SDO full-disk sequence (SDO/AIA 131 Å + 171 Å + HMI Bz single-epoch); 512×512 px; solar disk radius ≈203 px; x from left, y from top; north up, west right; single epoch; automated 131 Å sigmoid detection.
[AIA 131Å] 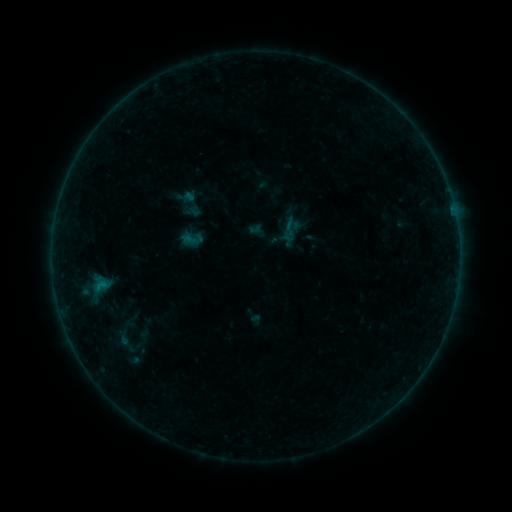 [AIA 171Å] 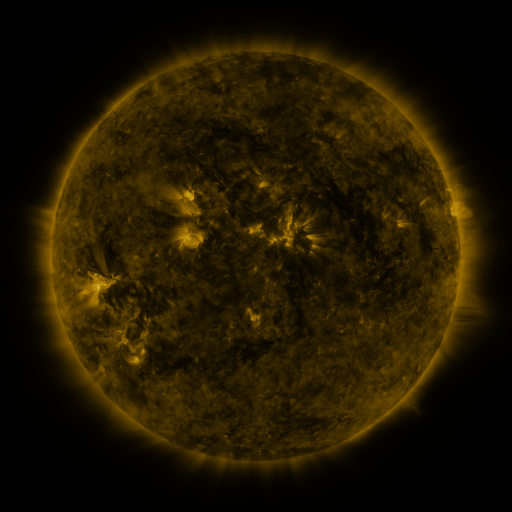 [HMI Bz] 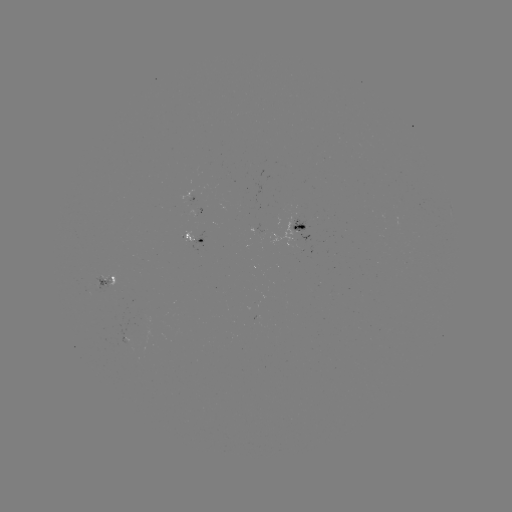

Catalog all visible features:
sigmoid: (192, 211)
